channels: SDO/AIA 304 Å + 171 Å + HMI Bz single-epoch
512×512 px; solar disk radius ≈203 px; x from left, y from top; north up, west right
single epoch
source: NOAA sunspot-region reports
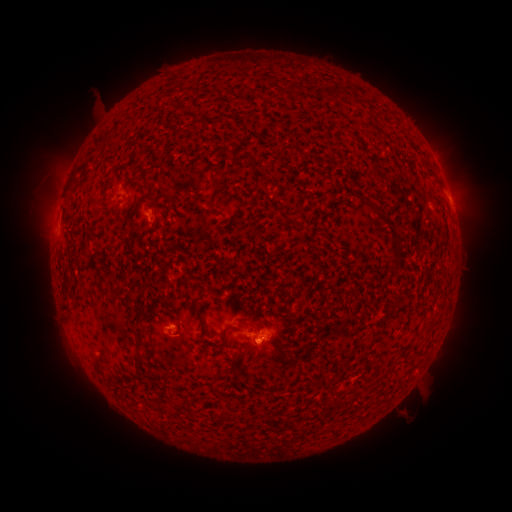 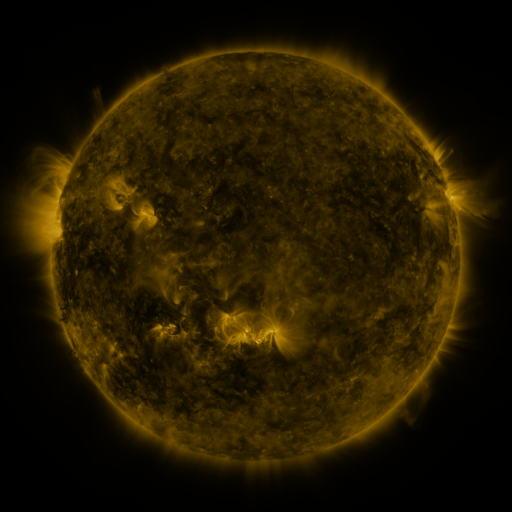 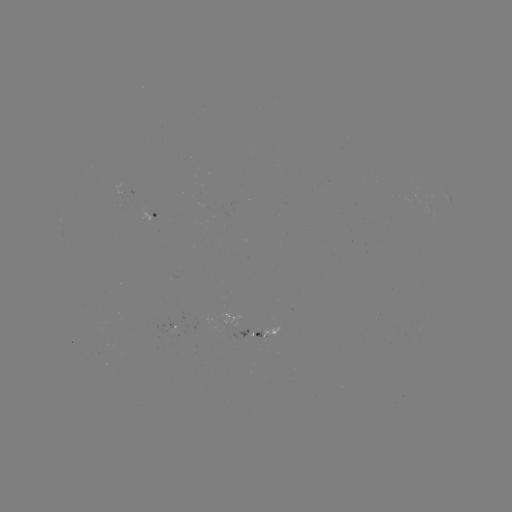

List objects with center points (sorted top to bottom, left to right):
spotted active region: (429, 209)
spotted active region: (154, 214)
spotted active region: (173, 323)
spotted active region: (262, 331)
